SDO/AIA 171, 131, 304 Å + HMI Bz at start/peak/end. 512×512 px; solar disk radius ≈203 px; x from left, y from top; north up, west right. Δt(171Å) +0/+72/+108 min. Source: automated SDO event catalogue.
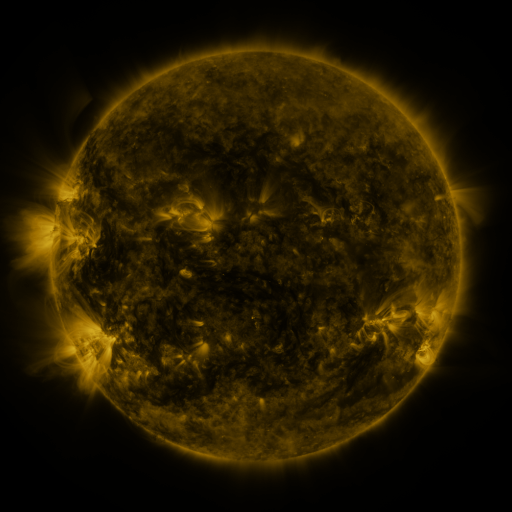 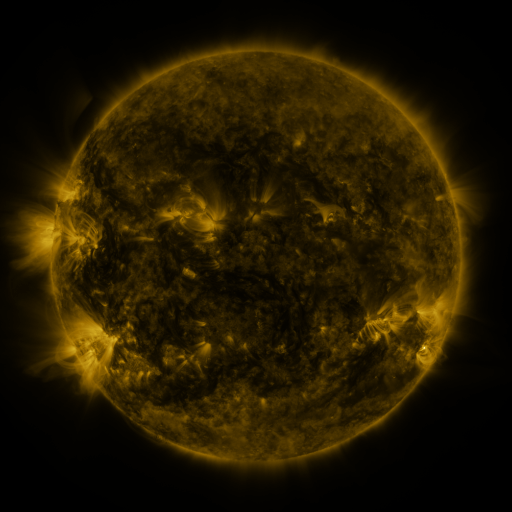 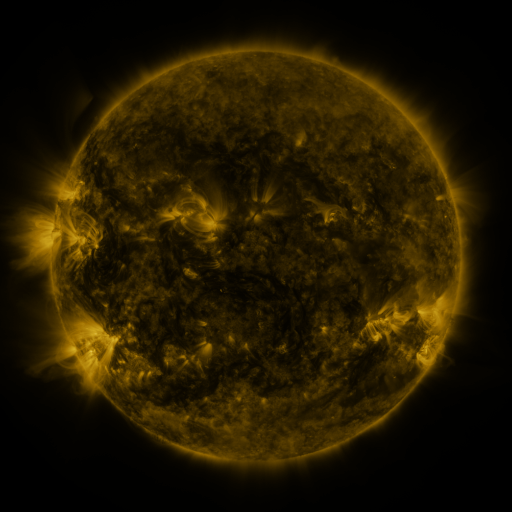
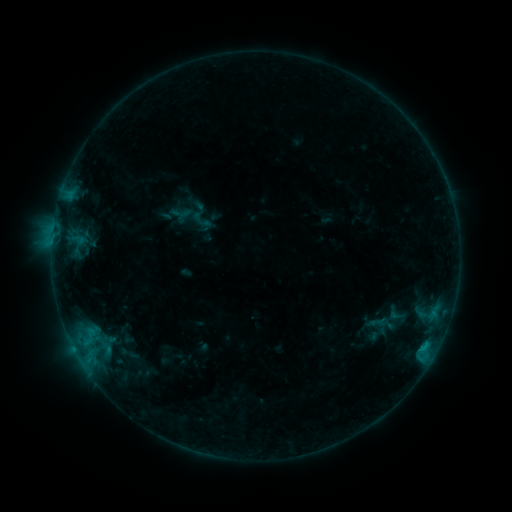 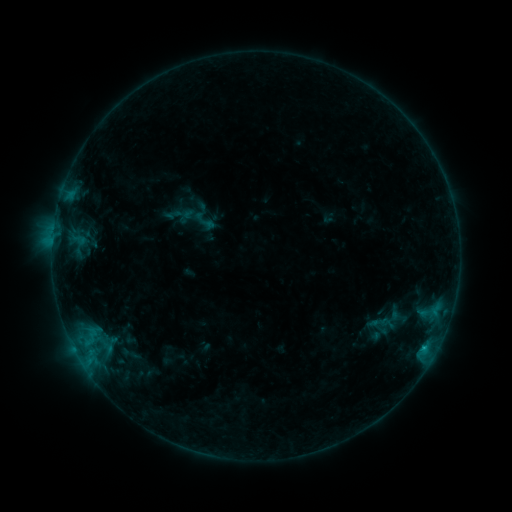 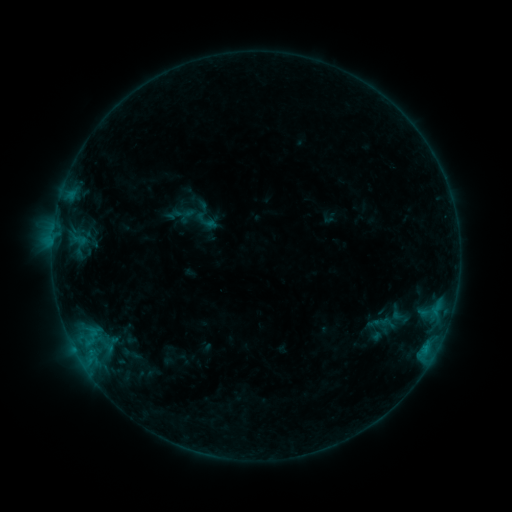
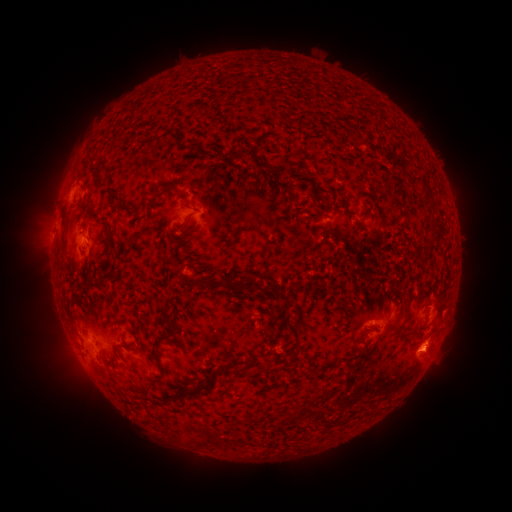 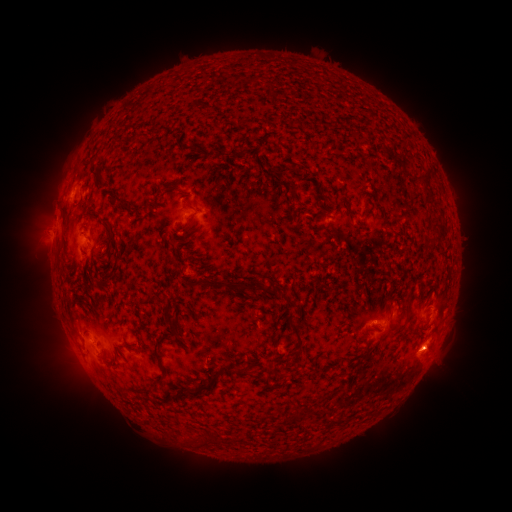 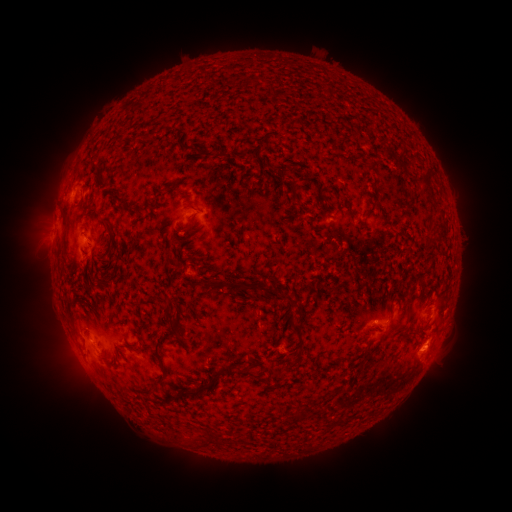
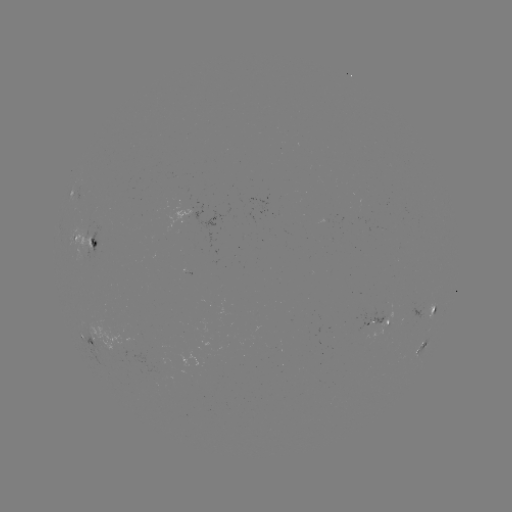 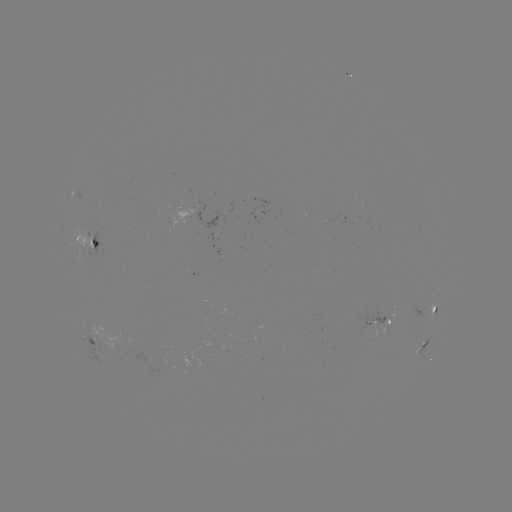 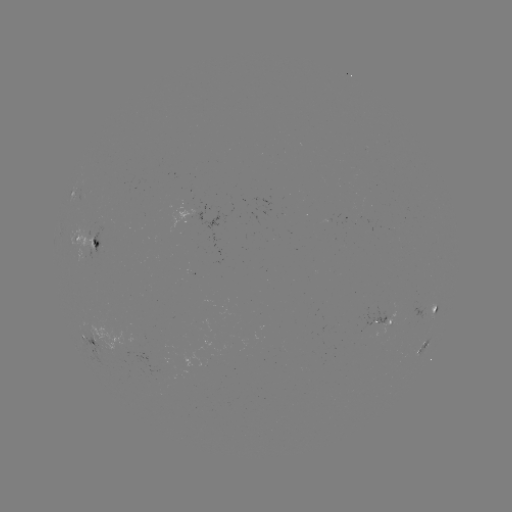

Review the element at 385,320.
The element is emerging-flux region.